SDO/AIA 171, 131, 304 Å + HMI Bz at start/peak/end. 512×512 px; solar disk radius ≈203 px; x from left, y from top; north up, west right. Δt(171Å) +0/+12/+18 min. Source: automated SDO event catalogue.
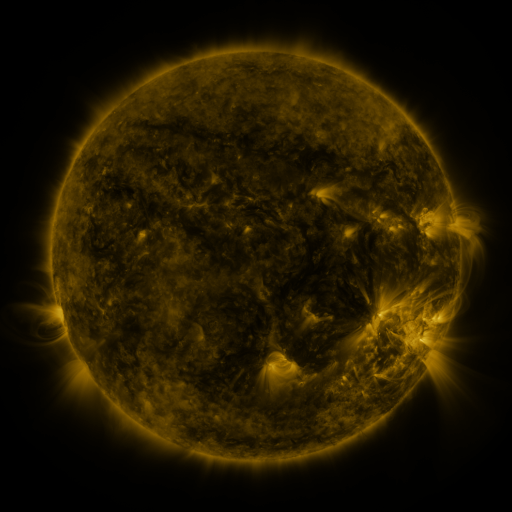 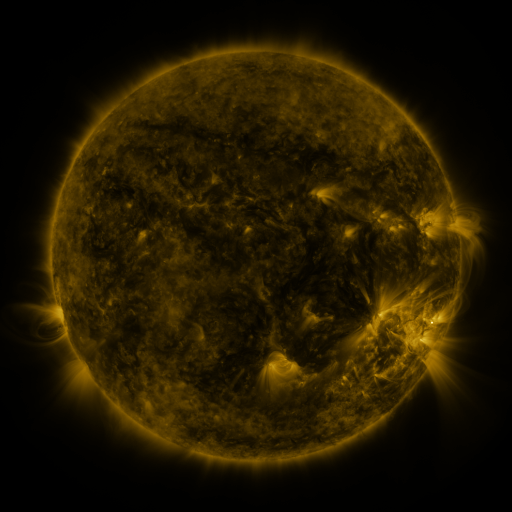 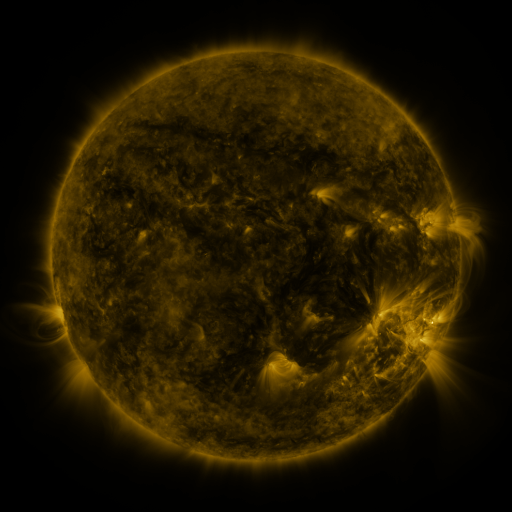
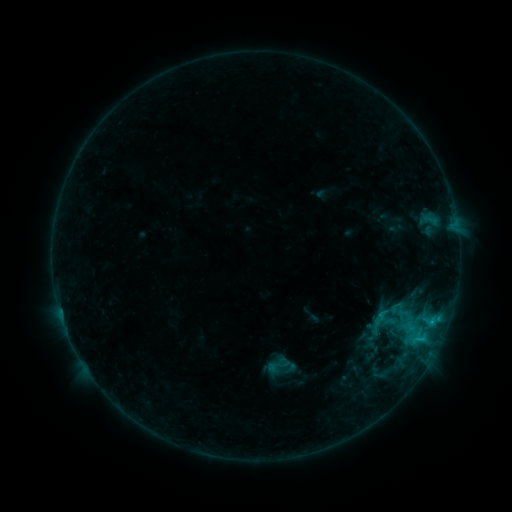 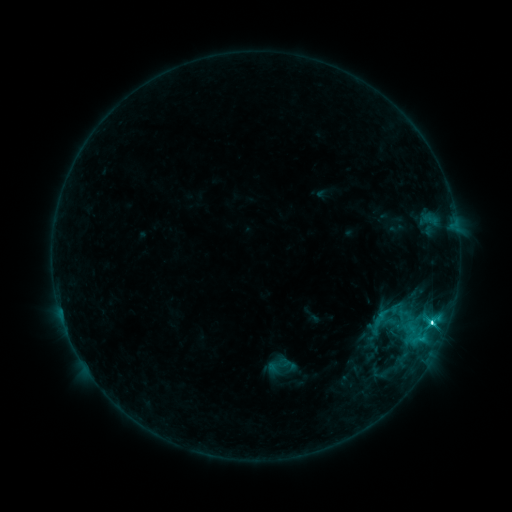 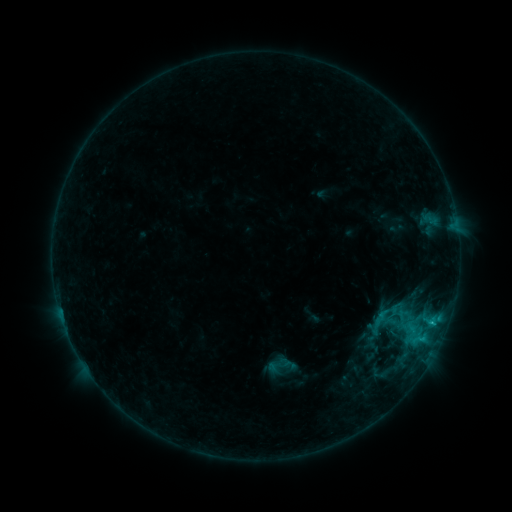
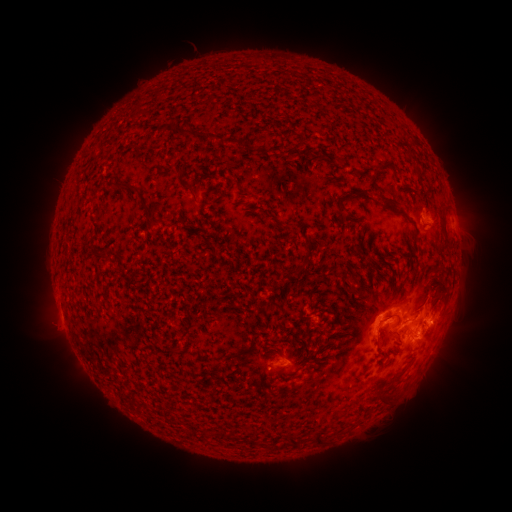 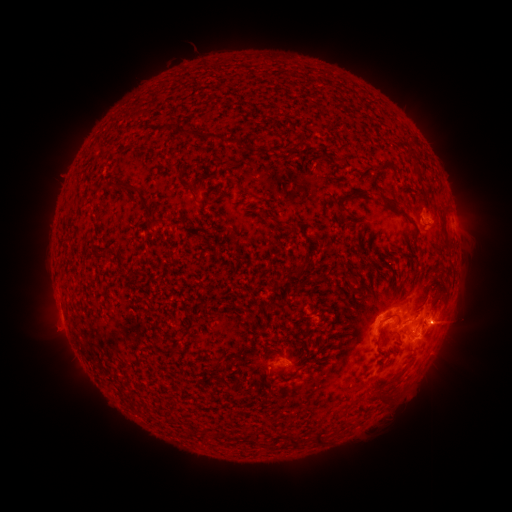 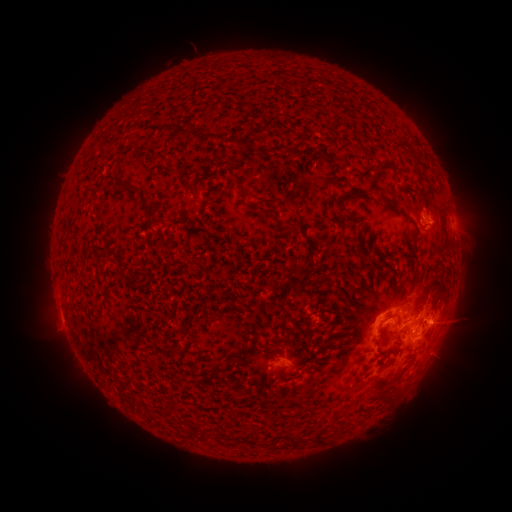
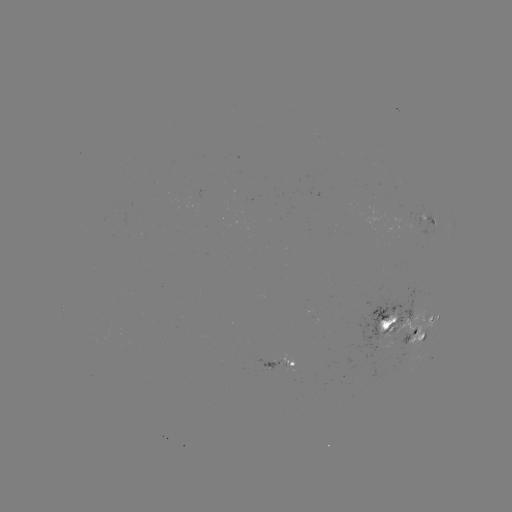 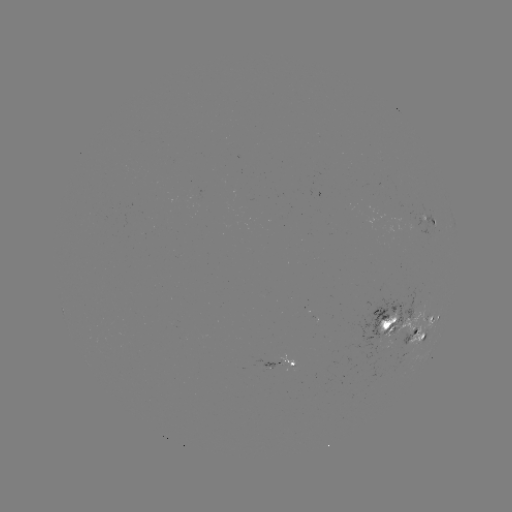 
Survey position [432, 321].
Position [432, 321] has C3.8 flare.